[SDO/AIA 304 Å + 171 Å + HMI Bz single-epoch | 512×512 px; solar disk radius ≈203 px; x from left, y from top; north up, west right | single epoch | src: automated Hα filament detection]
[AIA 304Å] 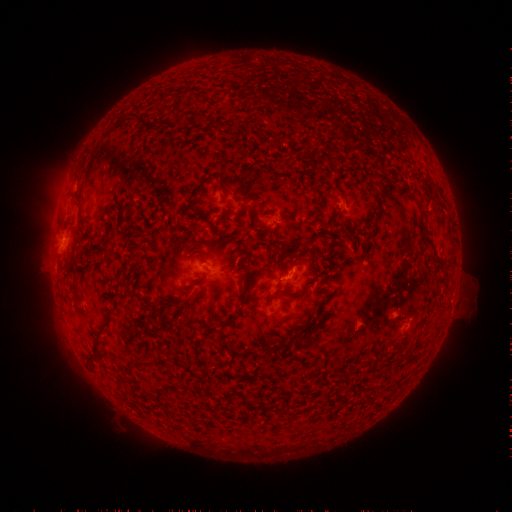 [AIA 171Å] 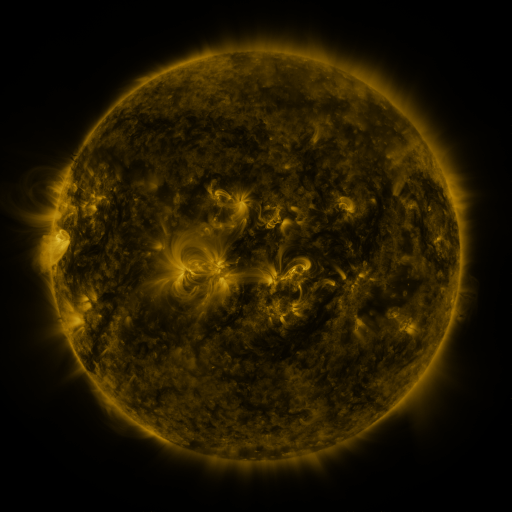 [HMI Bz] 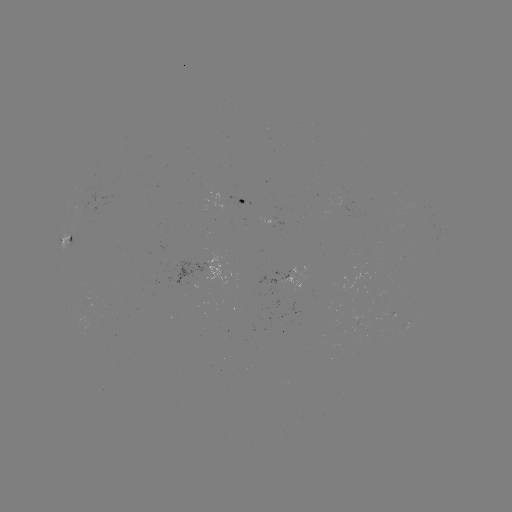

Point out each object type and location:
filament: <bbox>192, 110, 204, 119</bbox>
filament: <bbox>314, 198, 323, 214</bbox>
filament: <bbox>422, 238, 436, 254</bbox>
filament: <bbox>237, 276, 253, 305</bbox>
filament: <bbox>131, 352, 143, 359</bbox>
